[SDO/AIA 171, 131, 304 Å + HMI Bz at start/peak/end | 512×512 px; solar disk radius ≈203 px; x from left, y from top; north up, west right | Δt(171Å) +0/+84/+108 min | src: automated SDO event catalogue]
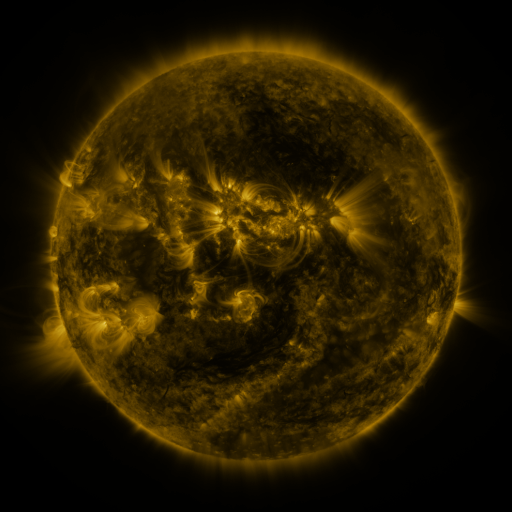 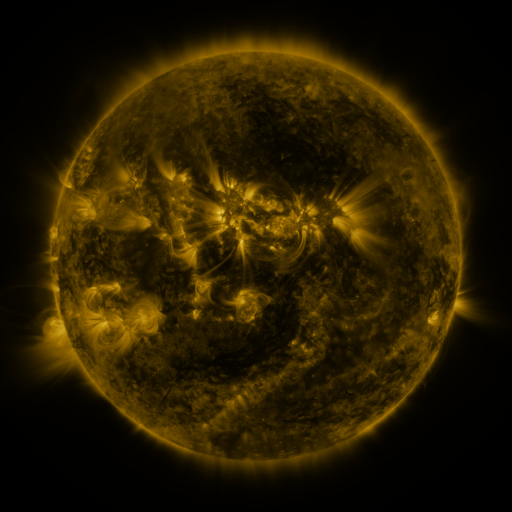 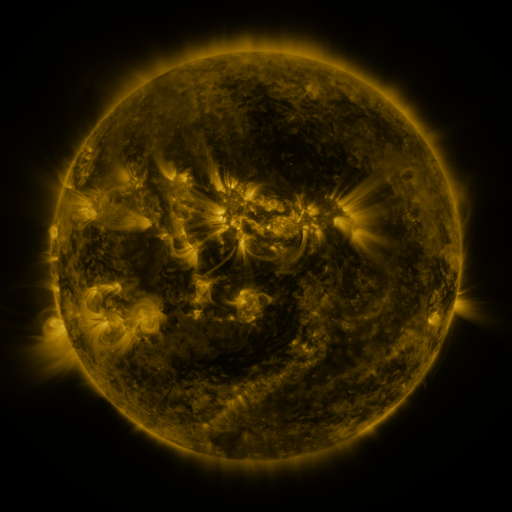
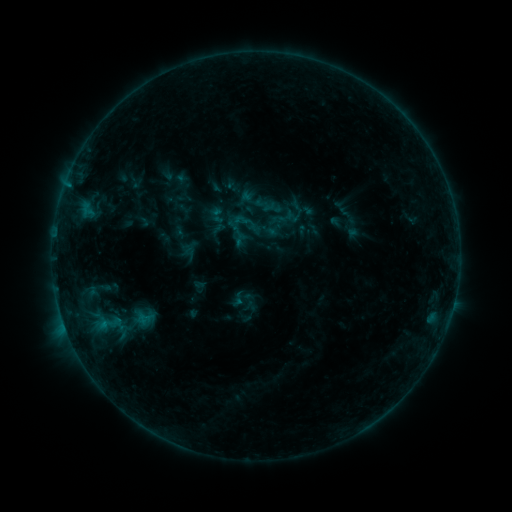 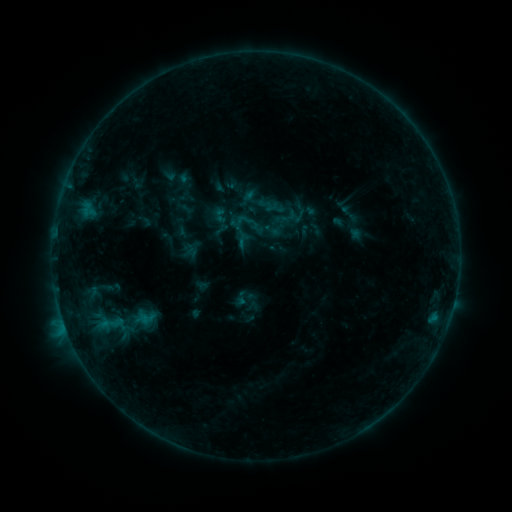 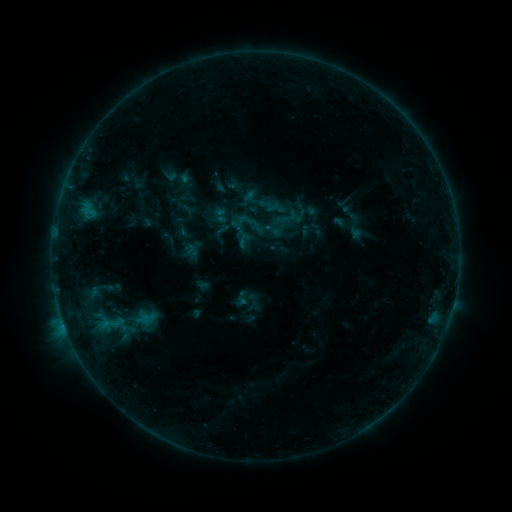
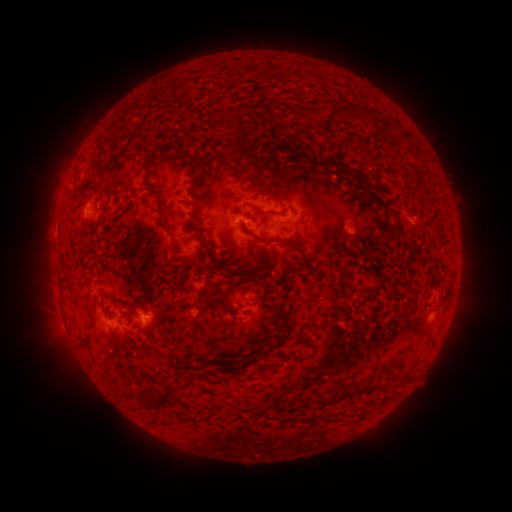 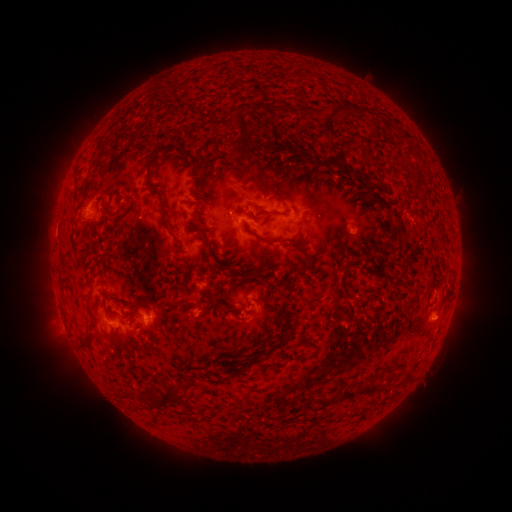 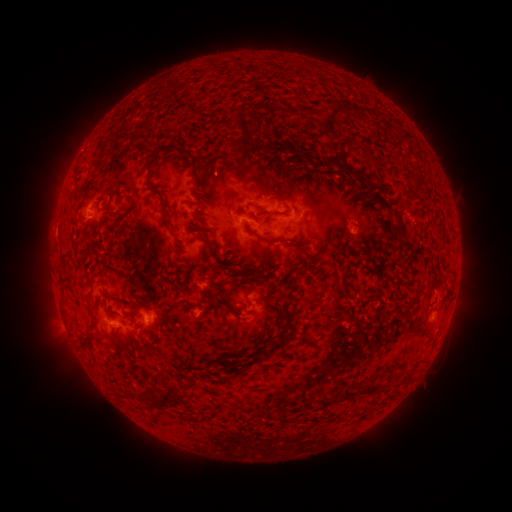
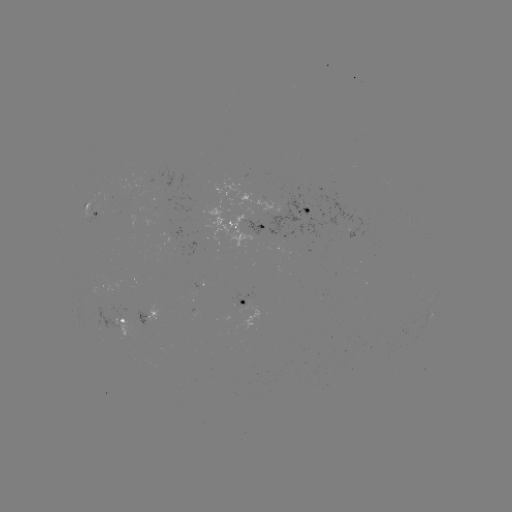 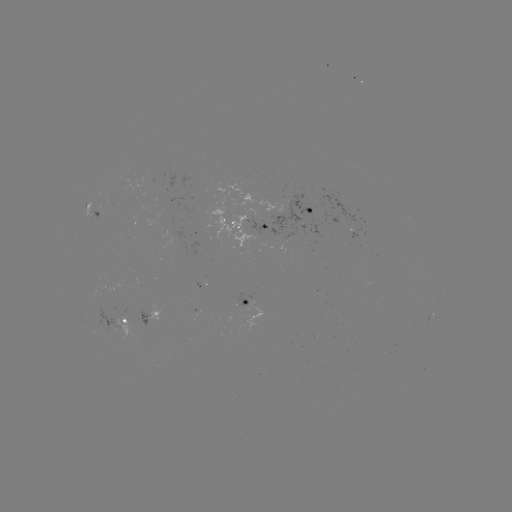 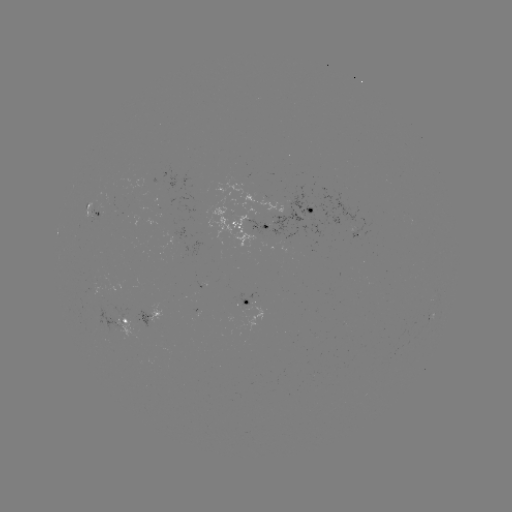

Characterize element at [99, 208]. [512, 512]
emerging-flux region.